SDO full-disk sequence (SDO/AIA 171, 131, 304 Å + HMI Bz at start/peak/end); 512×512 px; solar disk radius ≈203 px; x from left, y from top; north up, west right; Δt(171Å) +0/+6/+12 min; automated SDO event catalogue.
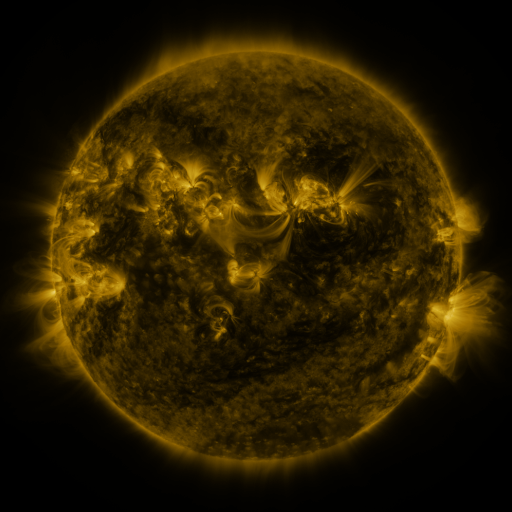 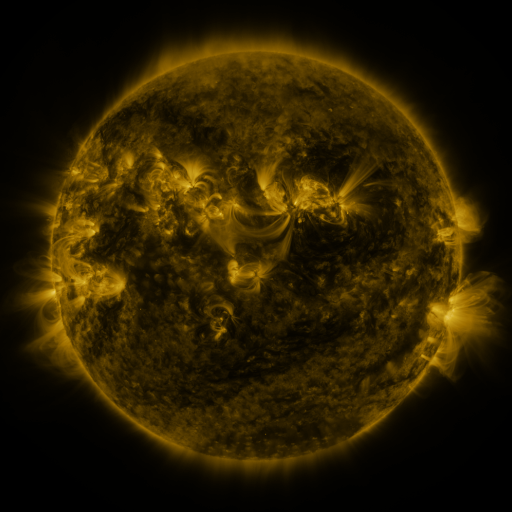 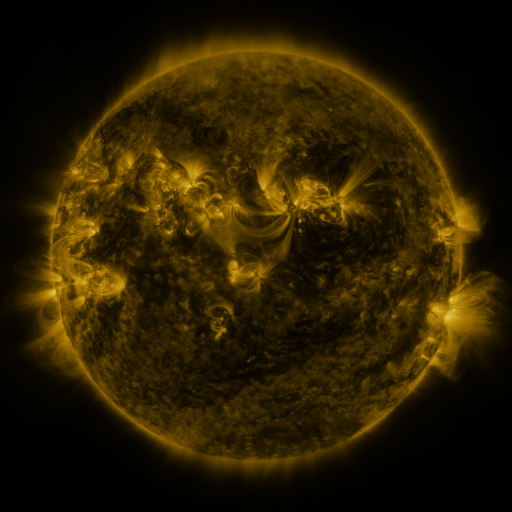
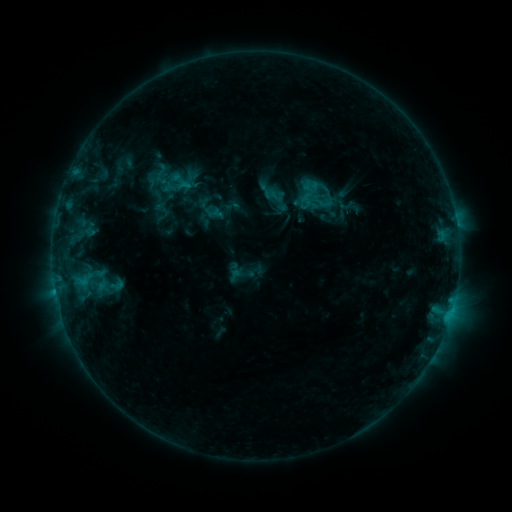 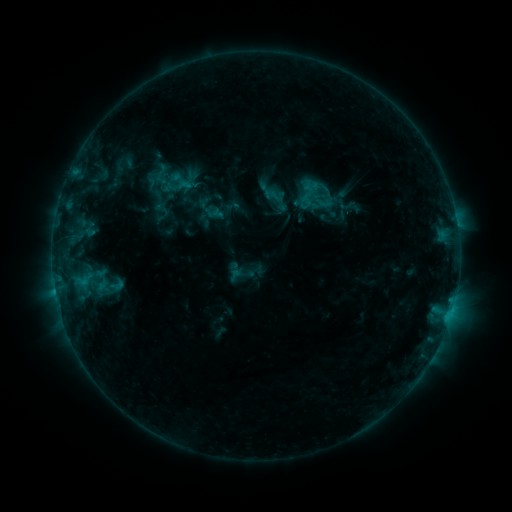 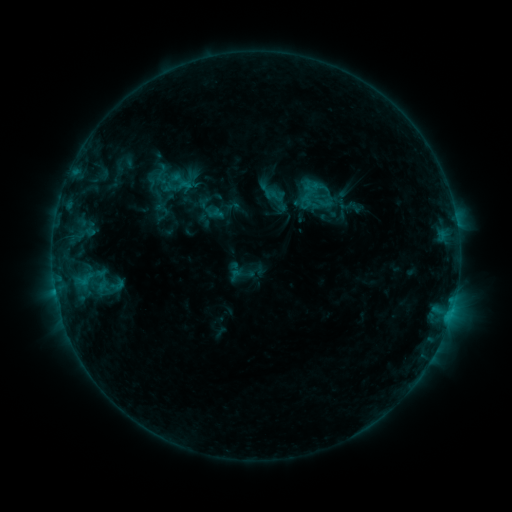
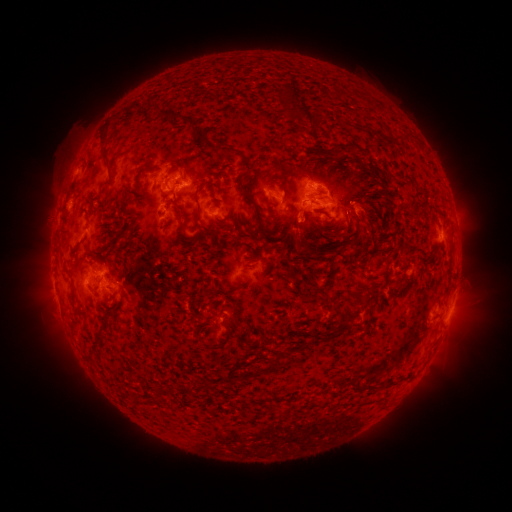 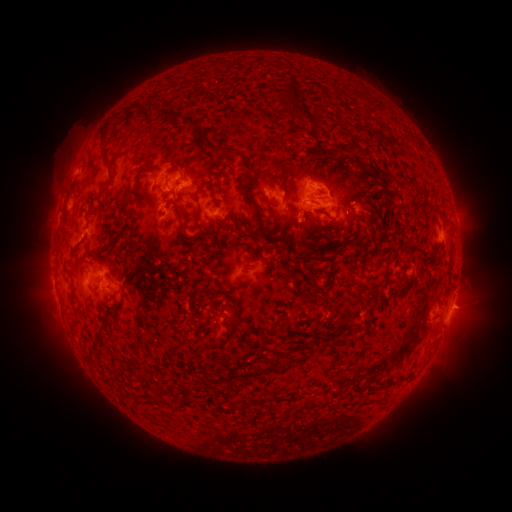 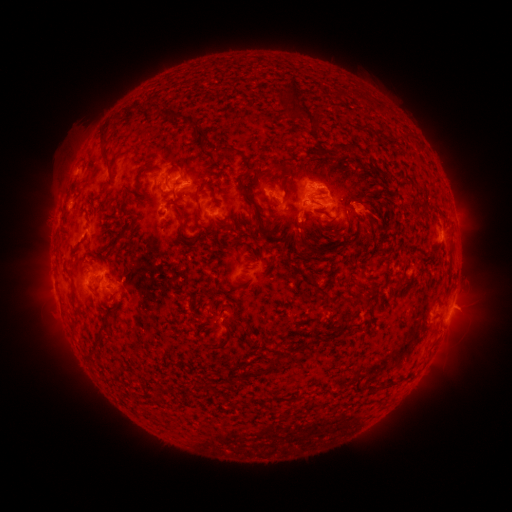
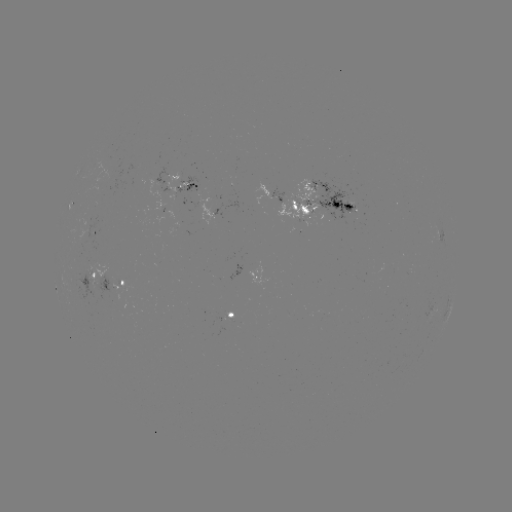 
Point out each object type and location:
eruption: (463, 306)
